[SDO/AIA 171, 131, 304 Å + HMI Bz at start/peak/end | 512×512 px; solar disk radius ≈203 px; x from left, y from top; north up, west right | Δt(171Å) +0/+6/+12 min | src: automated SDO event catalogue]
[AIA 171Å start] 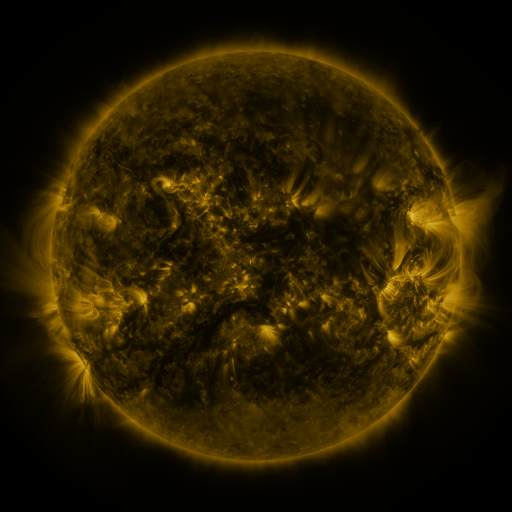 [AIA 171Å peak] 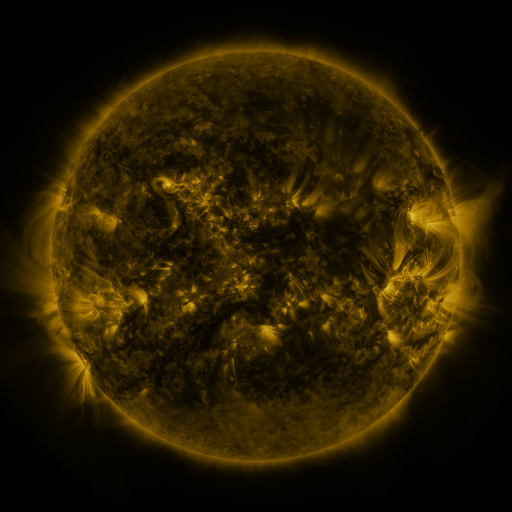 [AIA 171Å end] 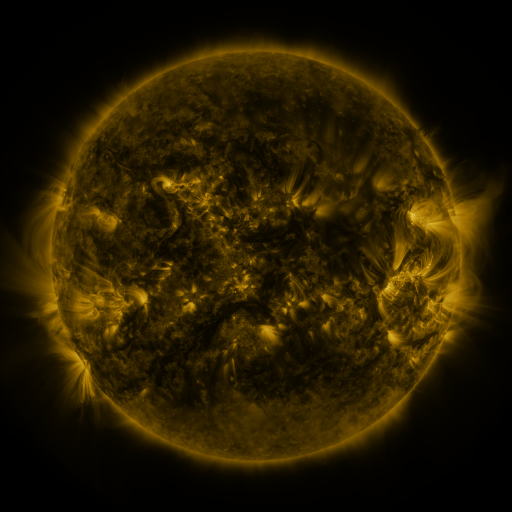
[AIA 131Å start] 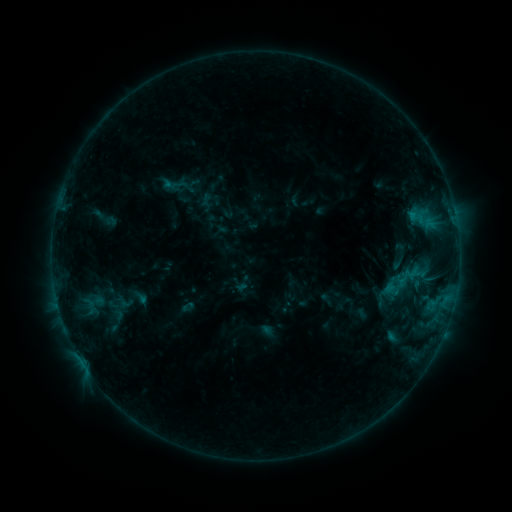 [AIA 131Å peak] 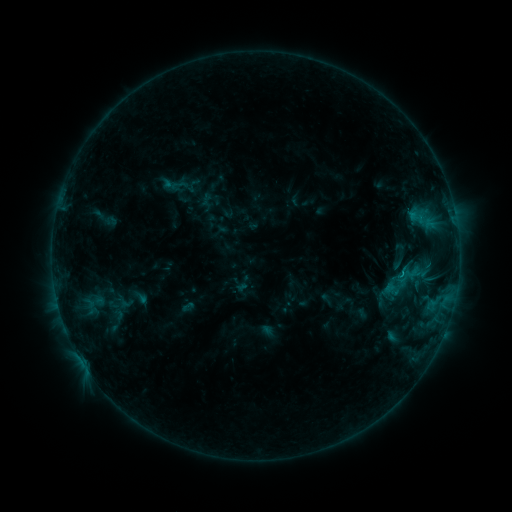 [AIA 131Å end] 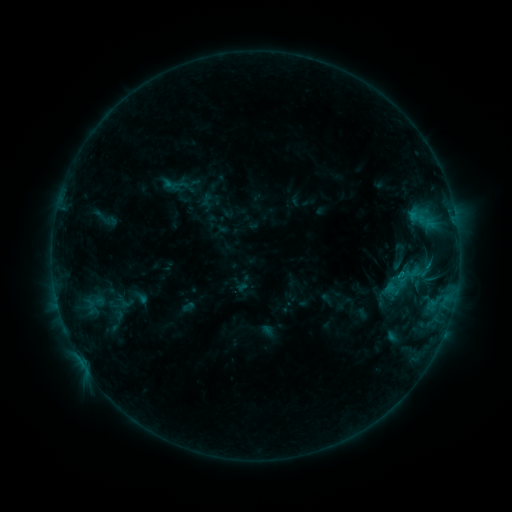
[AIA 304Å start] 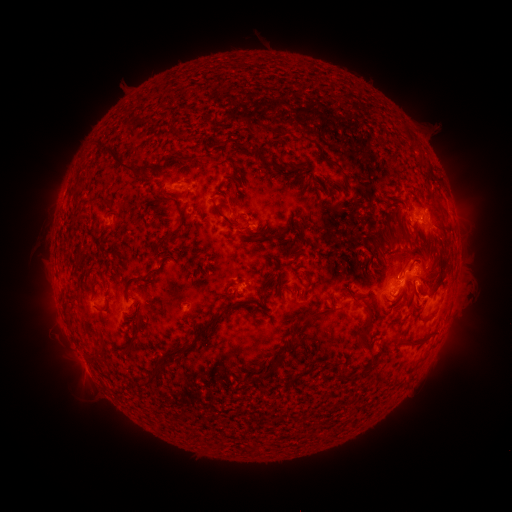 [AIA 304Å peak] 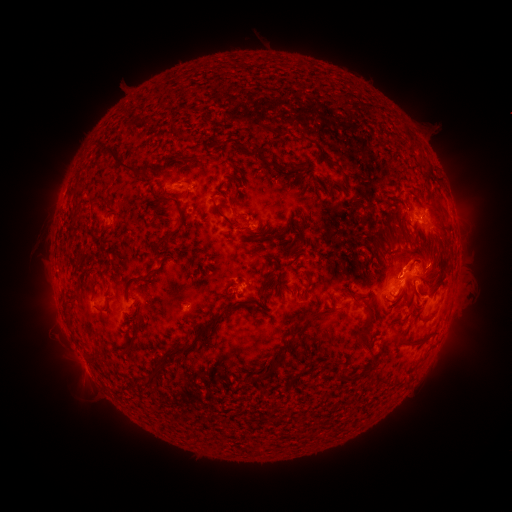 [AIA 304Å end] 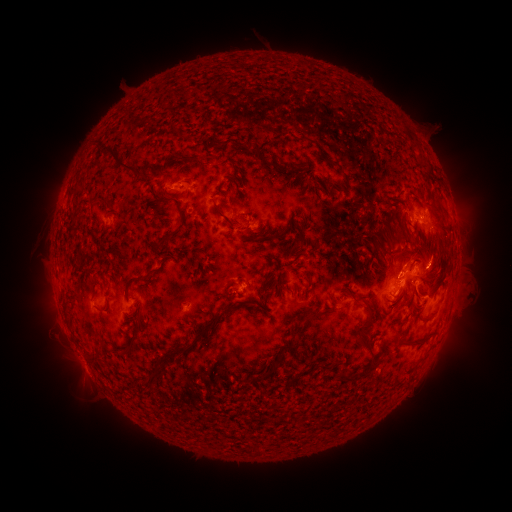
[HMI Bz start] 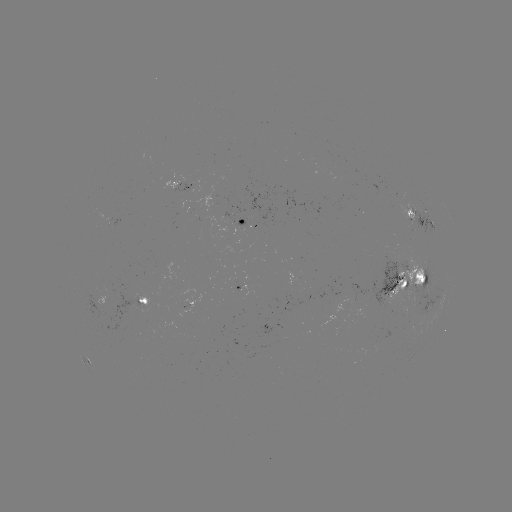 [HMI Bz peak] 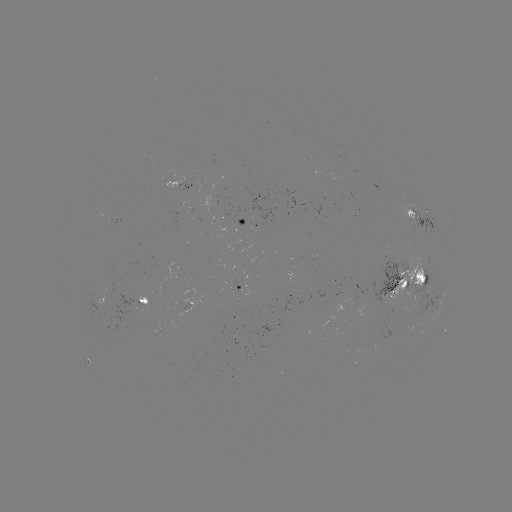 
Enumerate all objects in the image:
eruption: (406, 260)
